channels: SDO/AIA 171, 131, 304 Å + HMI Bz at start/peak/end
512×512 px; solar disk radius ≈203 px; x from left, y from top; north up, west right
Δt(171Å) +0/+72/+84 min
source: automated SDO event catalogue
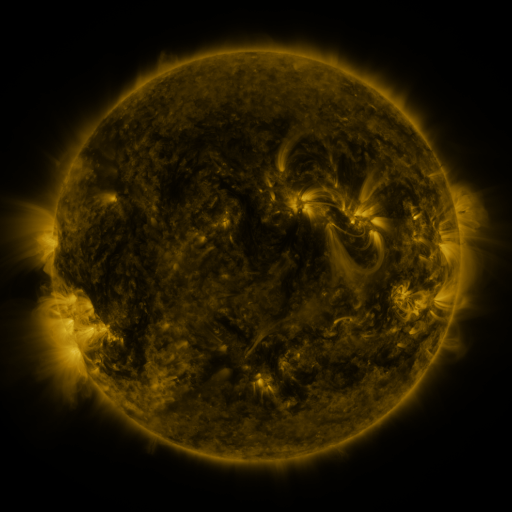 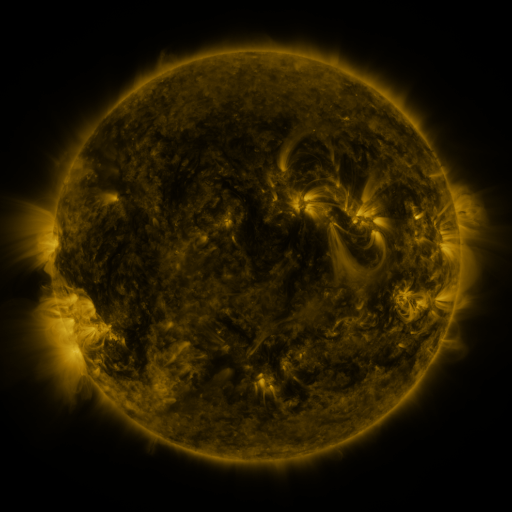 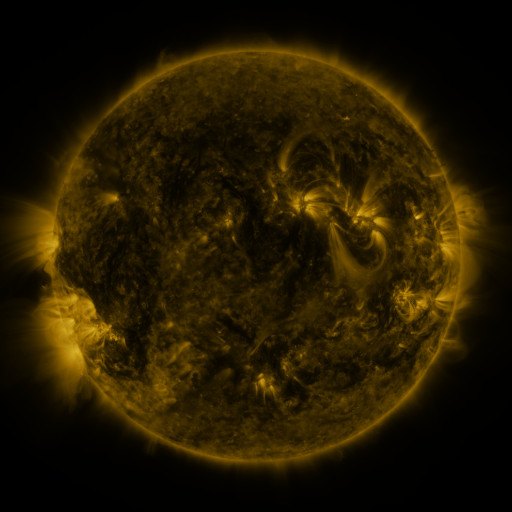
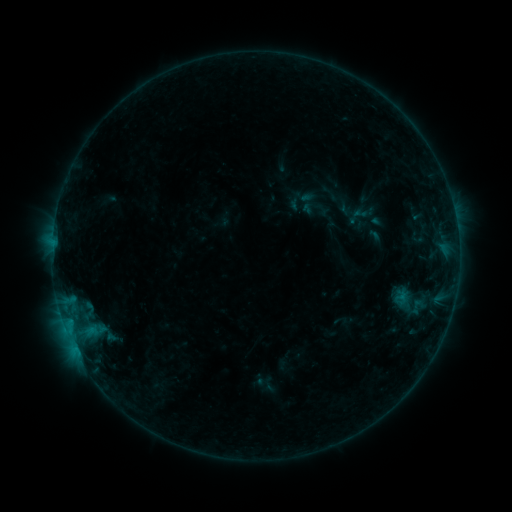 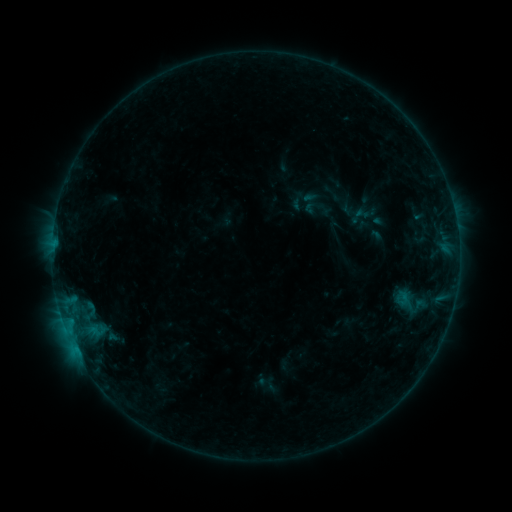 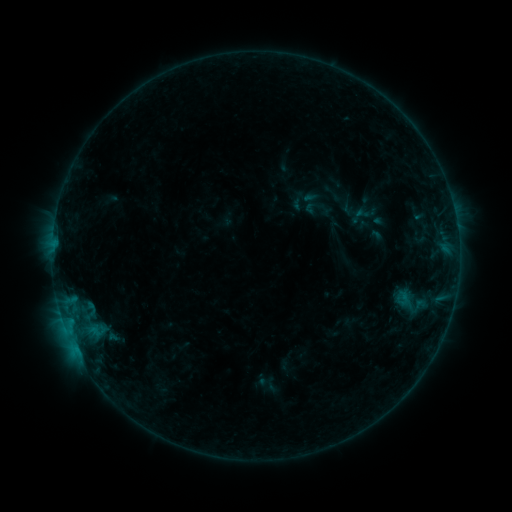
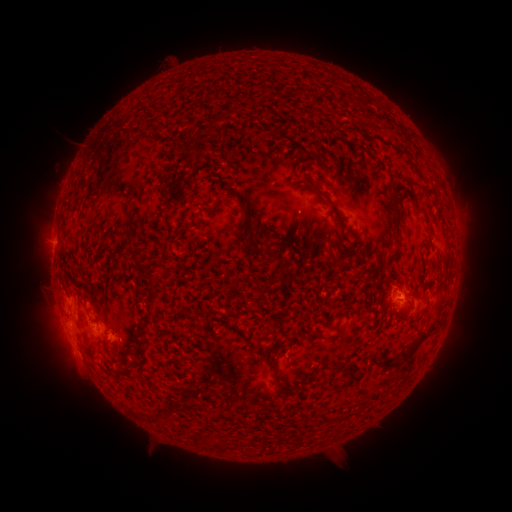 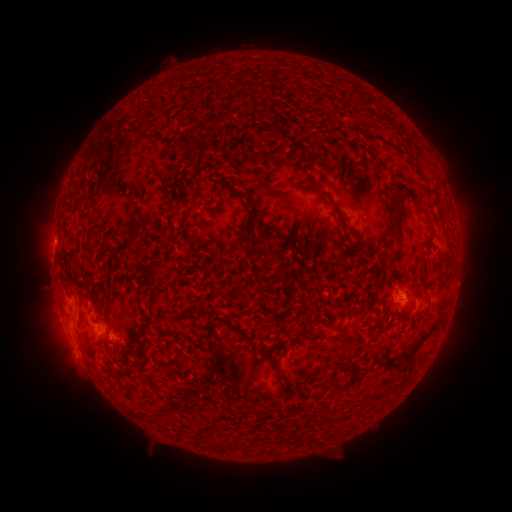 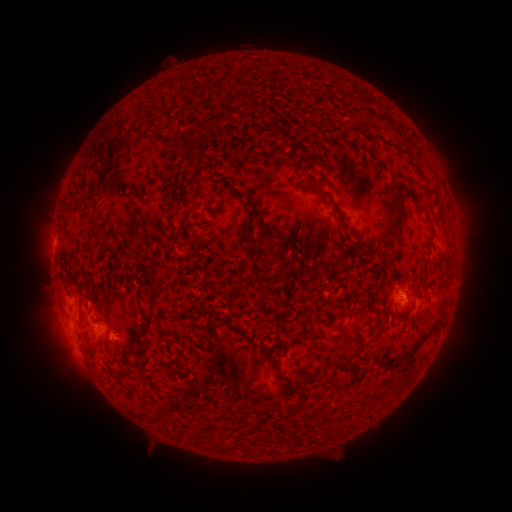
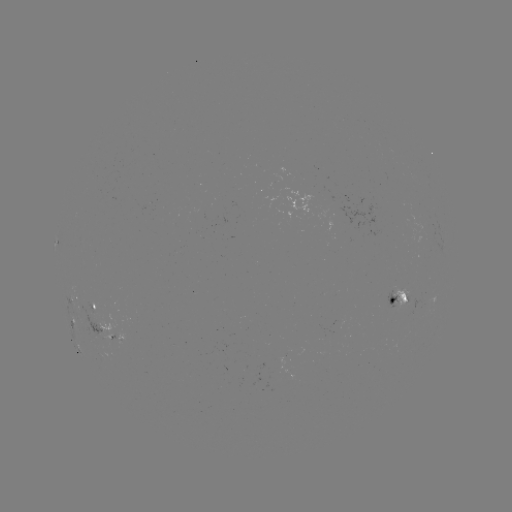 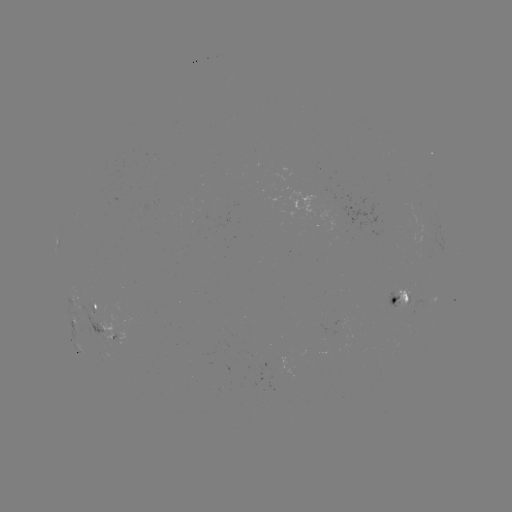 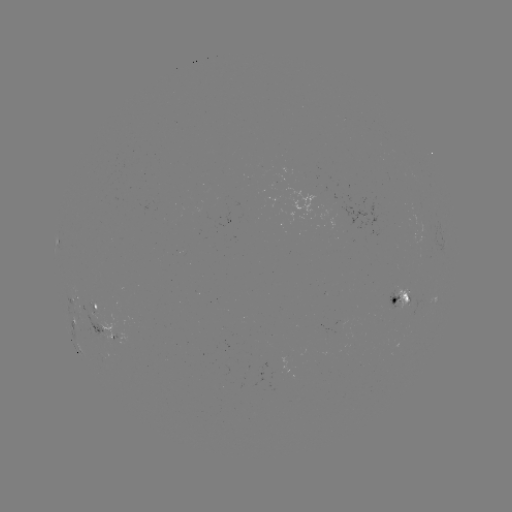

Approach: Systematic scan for emerging-flux region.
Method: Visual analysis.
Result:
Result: emerging-flux region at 395,304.